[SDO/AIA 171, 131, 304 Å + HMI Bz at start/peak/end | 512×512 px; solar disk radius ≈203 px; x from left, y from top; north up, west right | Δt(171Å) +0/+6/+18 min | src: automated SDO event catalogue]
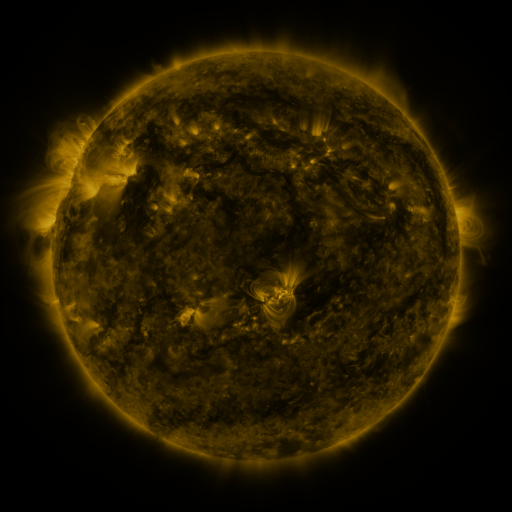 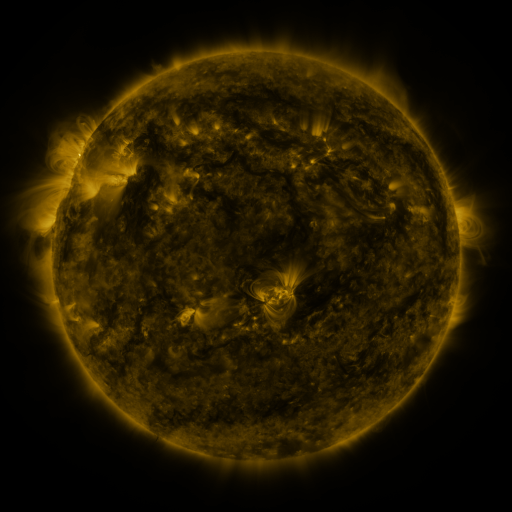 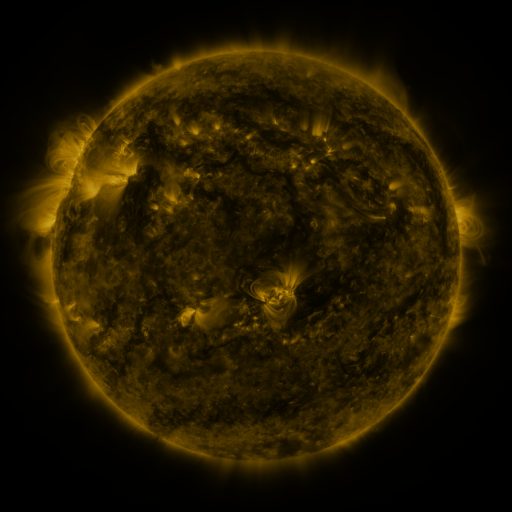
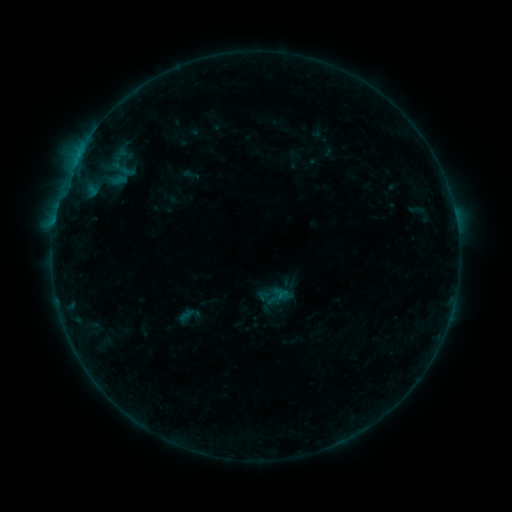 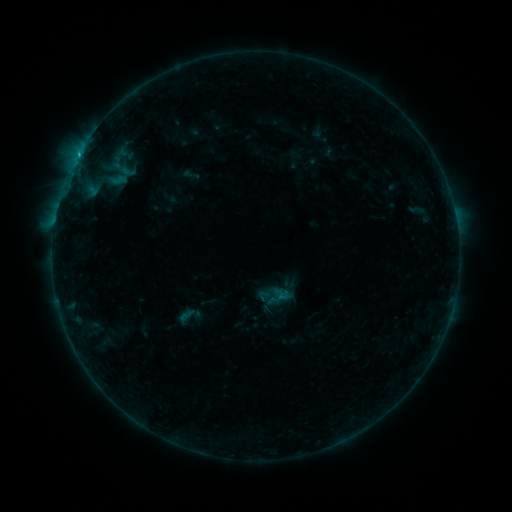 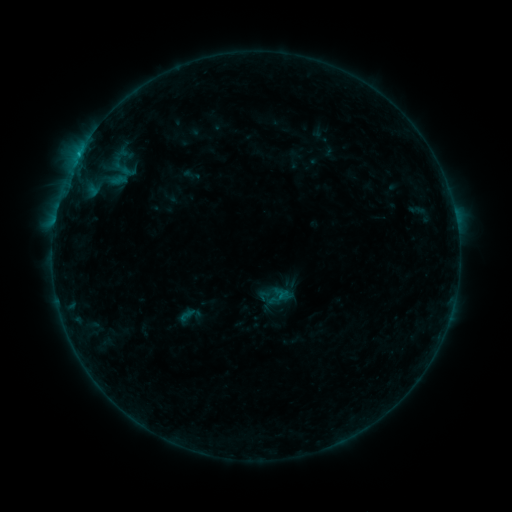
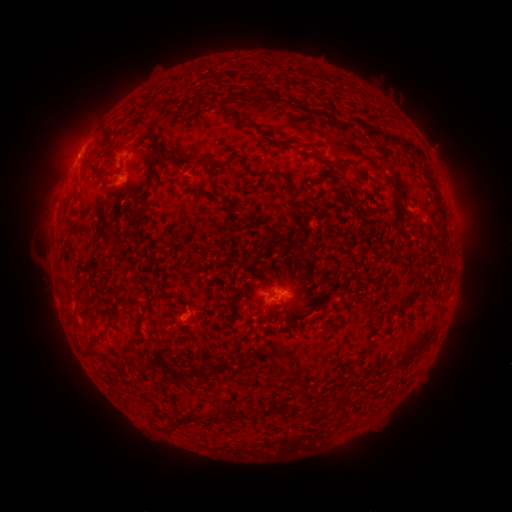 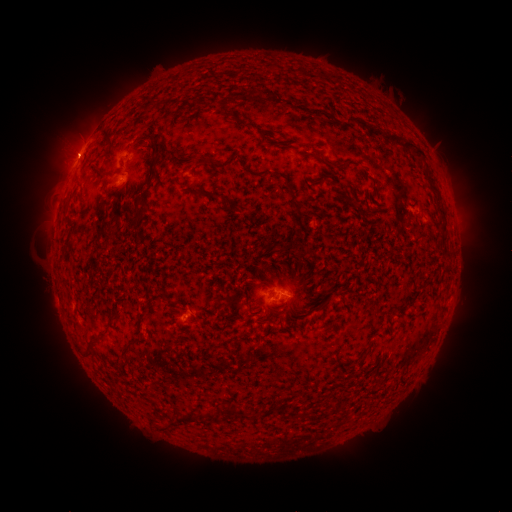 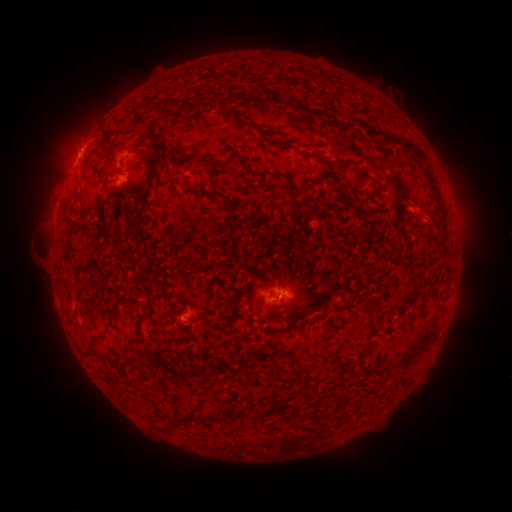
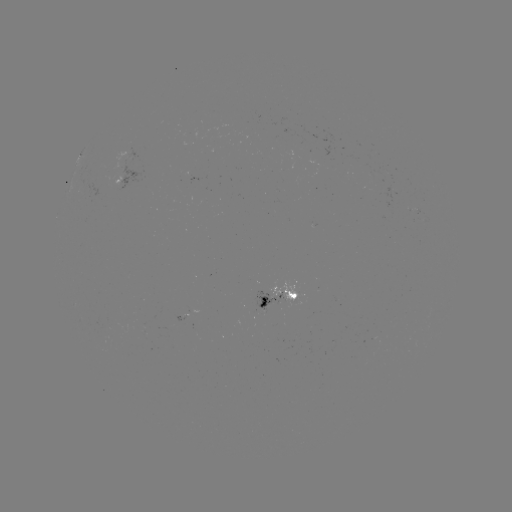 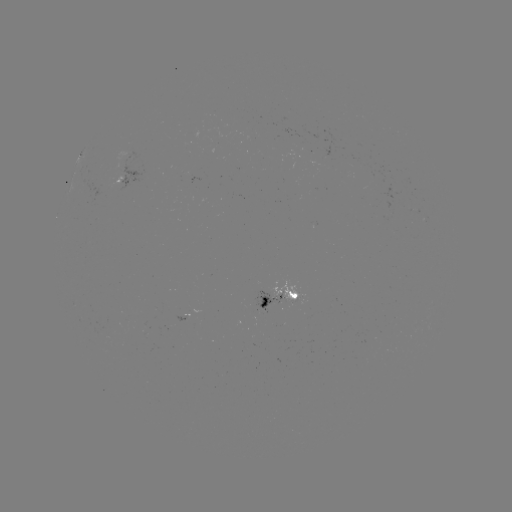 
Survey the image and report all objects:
B9.7 flare: (78, 156)
